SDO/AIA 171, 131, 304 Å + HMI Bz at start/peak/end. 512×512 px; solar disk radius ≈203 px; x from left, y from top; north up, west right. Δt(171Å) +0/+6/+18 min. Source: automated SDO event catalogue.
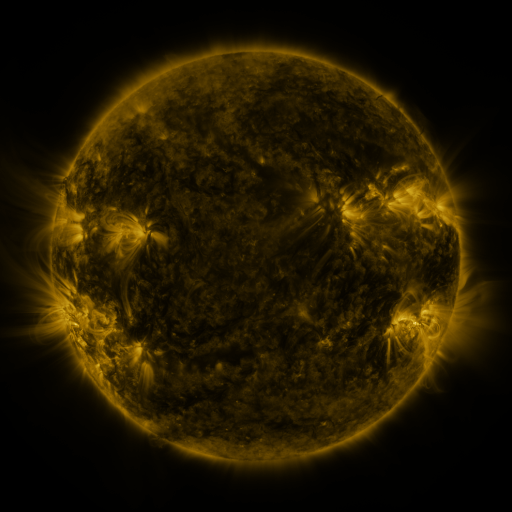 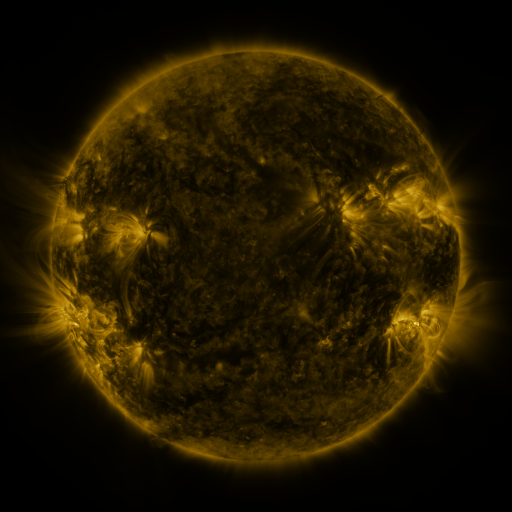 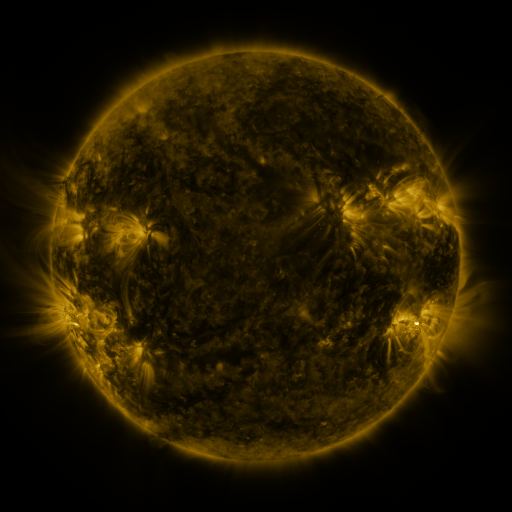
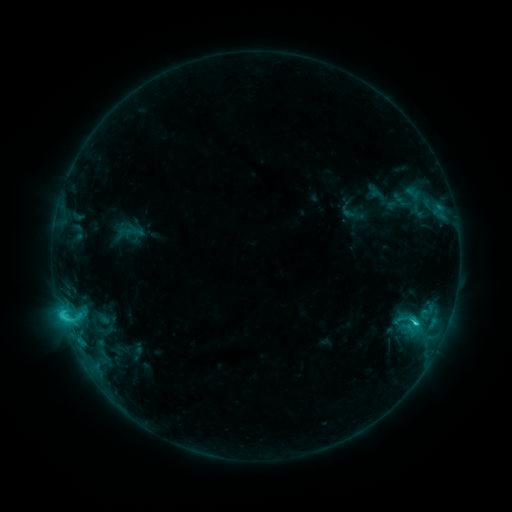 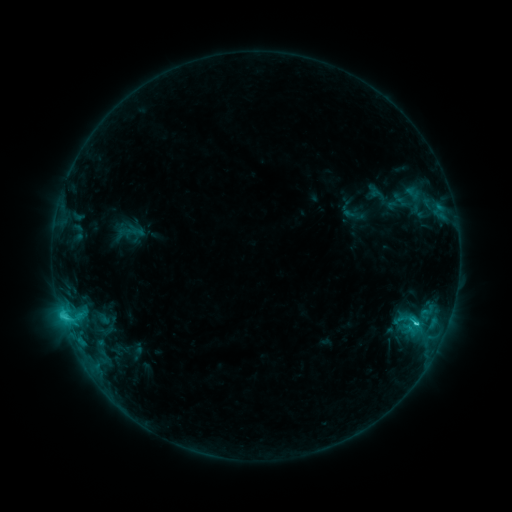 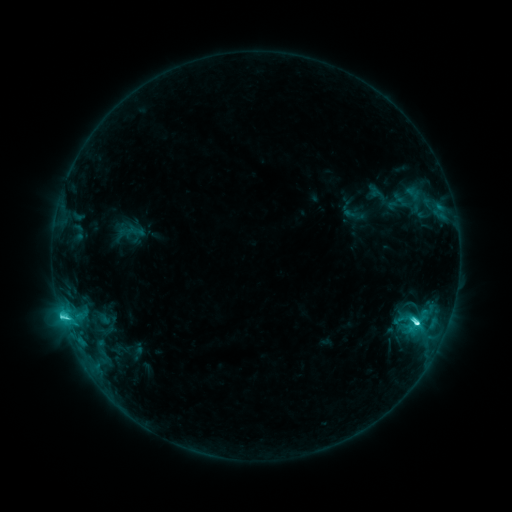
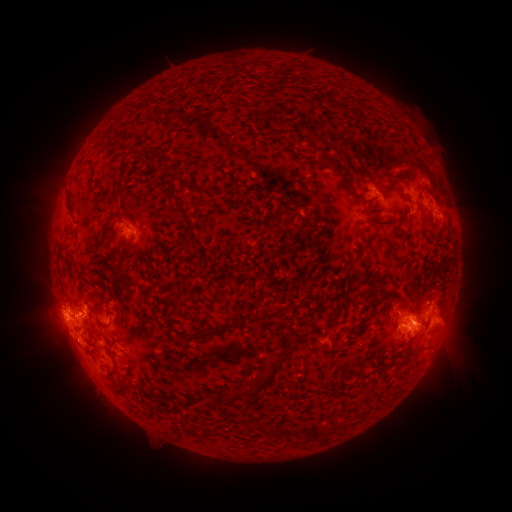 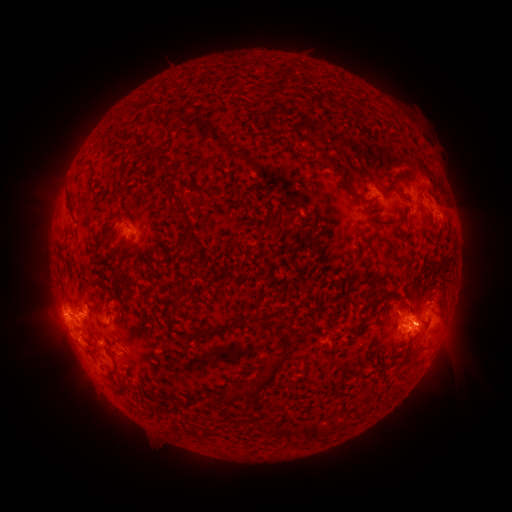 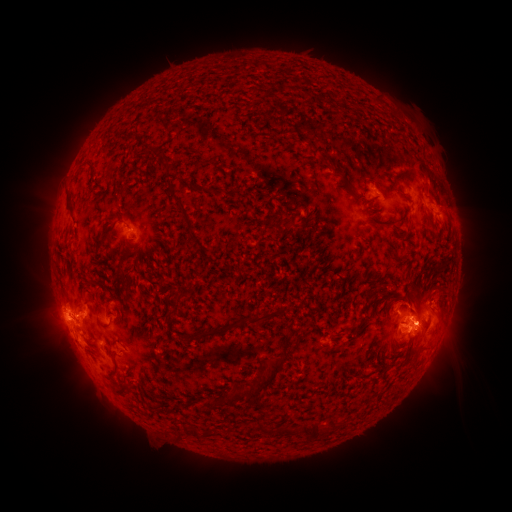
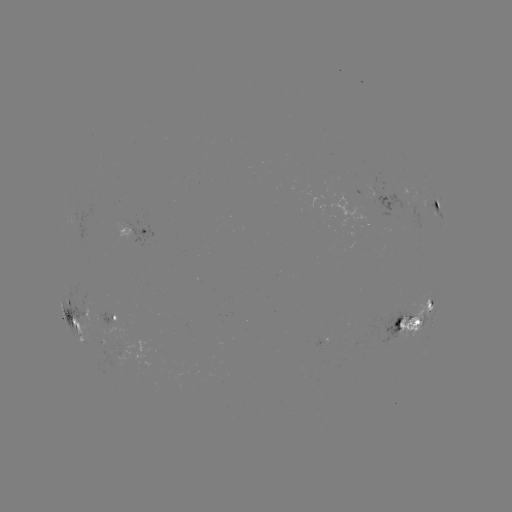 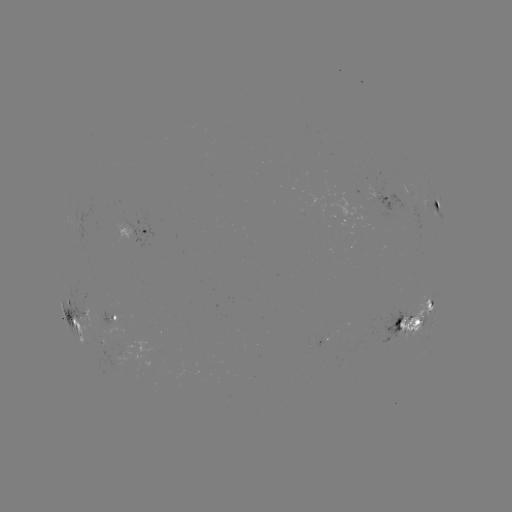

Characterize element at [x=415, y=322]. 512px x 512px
M1.2 flare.